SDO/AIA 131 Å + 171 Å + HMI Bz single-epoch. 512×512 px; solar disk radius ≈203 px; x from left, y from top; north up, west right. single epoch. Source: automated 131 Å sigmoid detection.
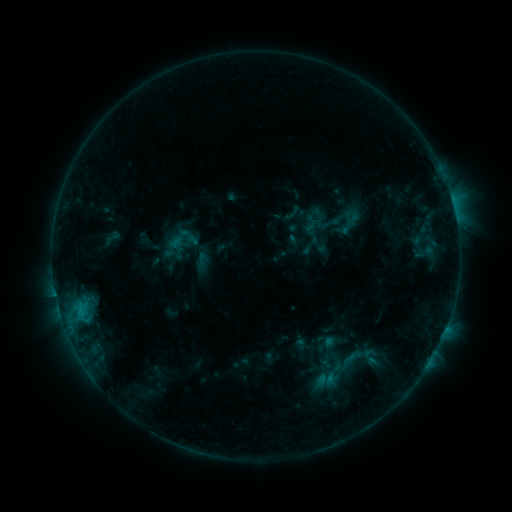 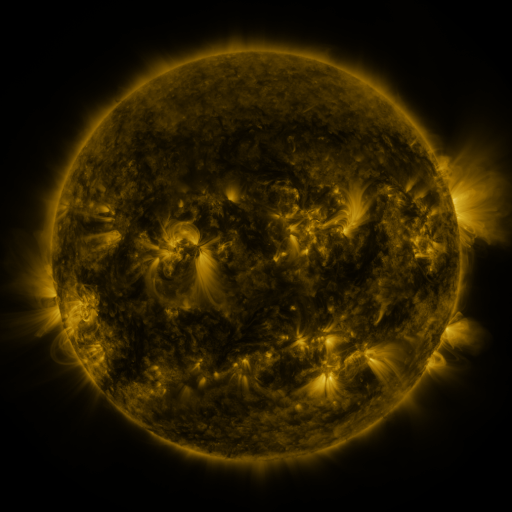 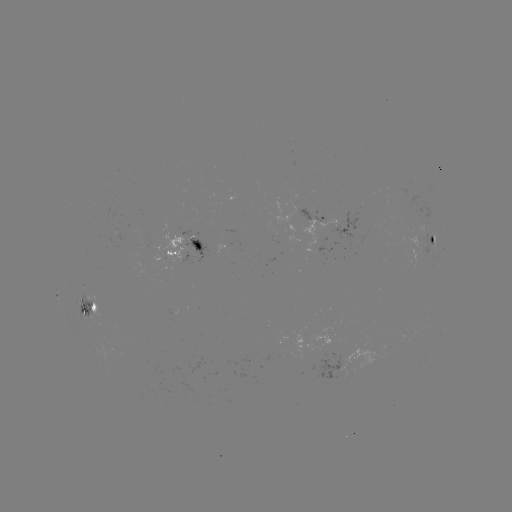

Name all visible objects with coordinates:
sigmoid: (330, 224)
